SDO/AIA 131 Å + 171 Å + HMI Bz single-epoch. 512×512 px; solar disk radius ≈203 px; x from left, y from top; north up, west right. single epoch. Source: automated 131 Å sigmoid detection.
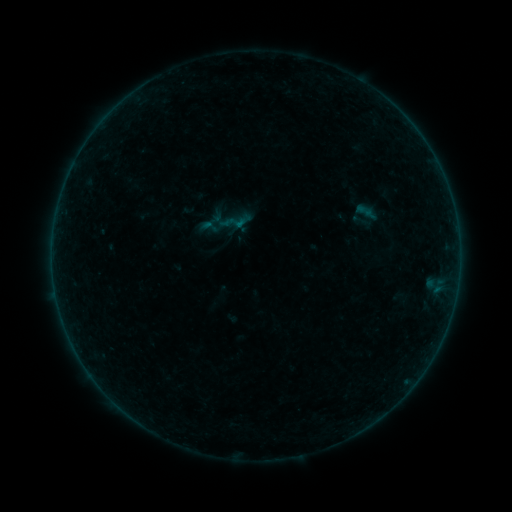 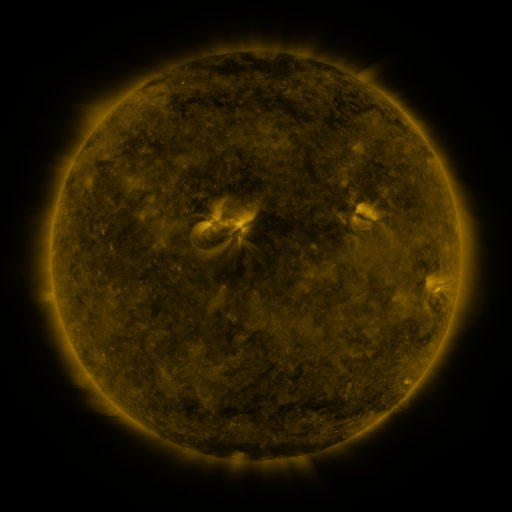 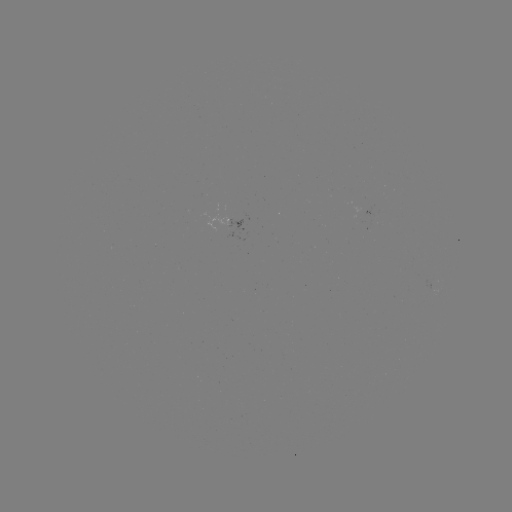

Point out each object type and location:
sigmoid: (201, 217, 220, 237)
